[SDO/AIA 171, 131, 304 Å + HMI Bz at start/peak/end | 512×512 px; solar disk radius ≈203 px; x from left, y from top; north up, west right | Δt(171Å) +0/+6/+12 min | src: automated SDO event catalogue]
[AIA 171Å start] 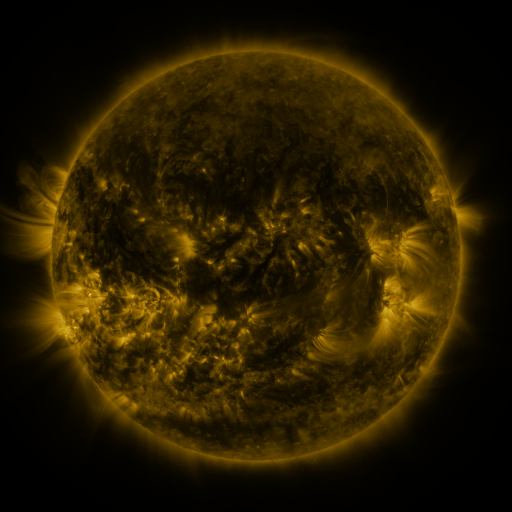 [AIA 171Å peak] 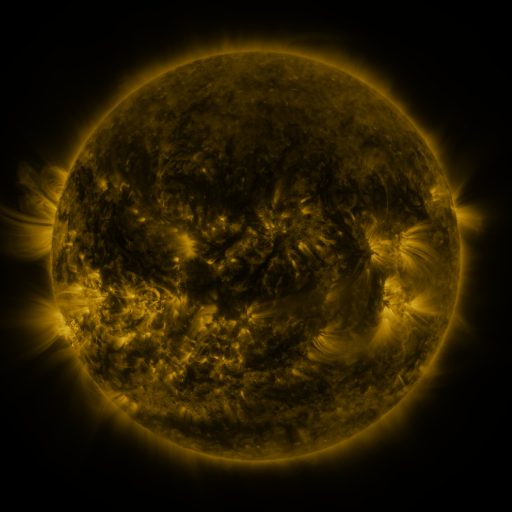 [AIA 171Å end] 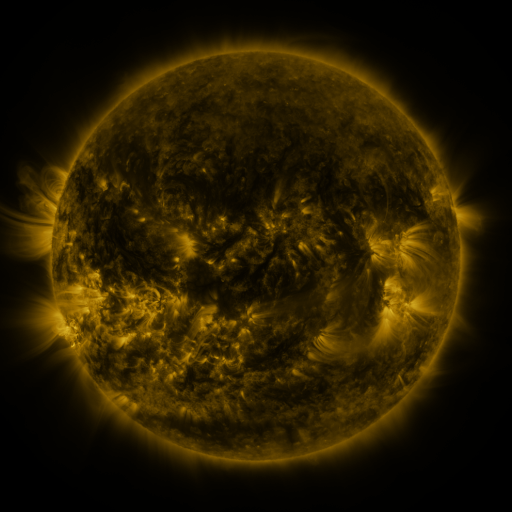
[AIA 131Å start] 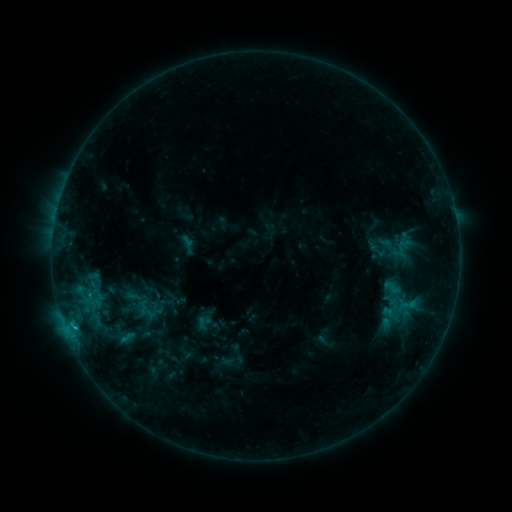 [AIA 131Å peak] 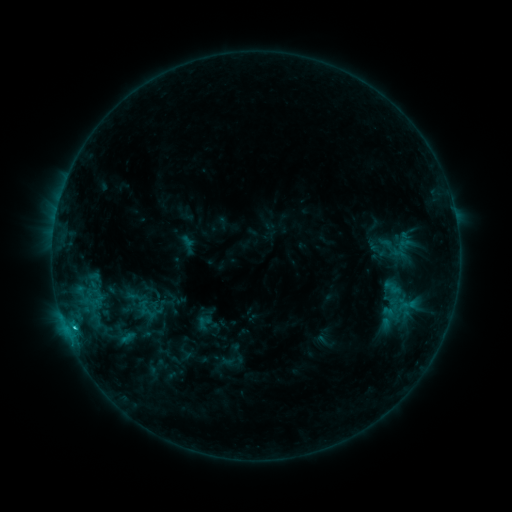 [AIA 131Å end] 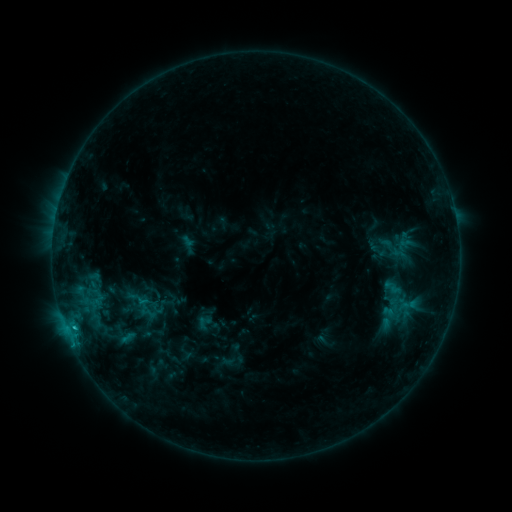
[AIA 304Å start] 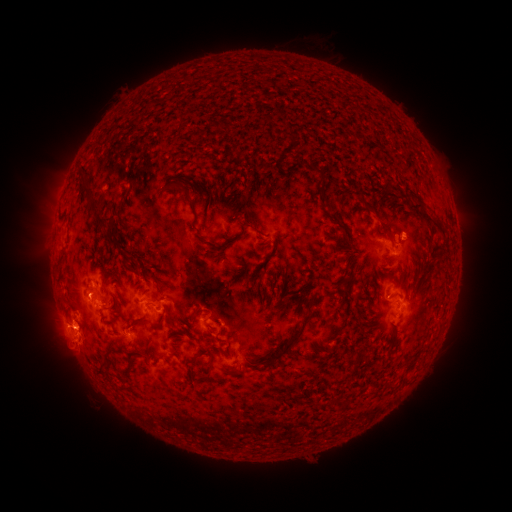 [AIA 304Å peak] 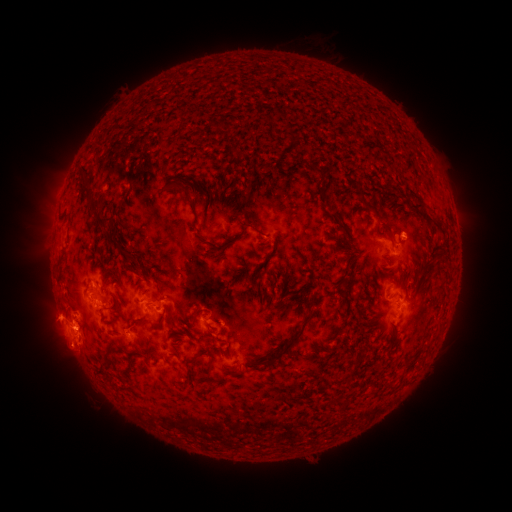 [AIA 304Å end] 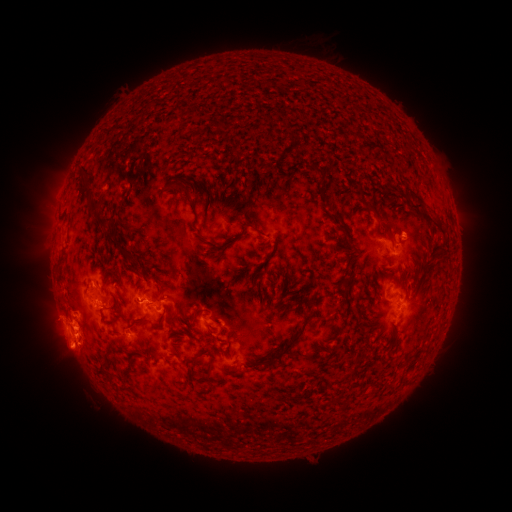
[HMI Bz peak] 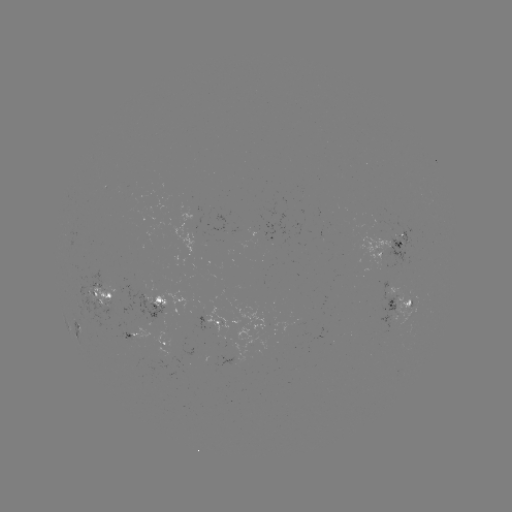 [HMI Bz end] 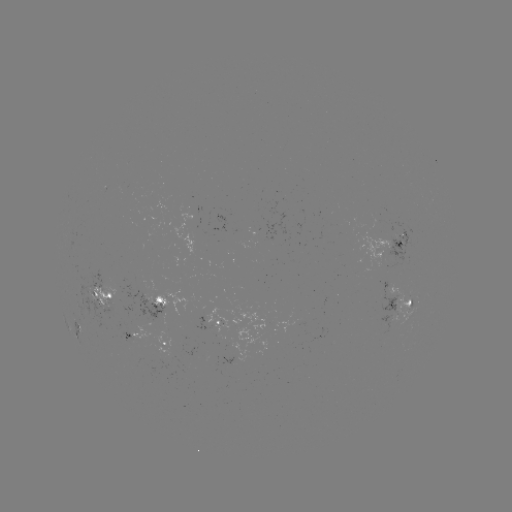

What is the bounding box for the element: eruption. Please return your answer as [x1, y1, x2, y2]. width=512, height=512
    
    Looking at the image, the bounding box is [22, 289, 111, 375].